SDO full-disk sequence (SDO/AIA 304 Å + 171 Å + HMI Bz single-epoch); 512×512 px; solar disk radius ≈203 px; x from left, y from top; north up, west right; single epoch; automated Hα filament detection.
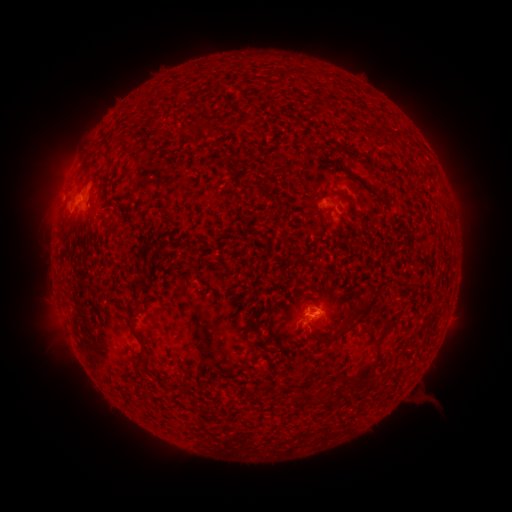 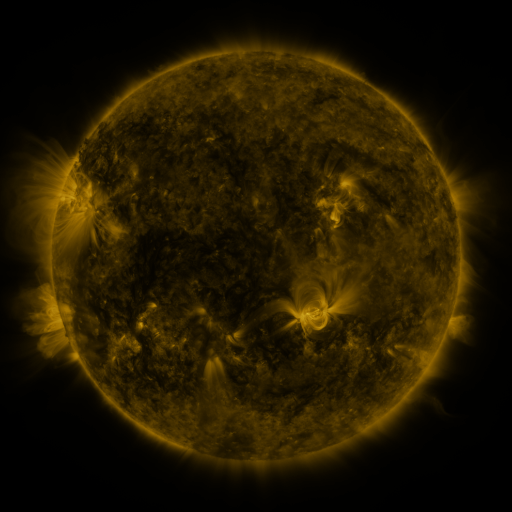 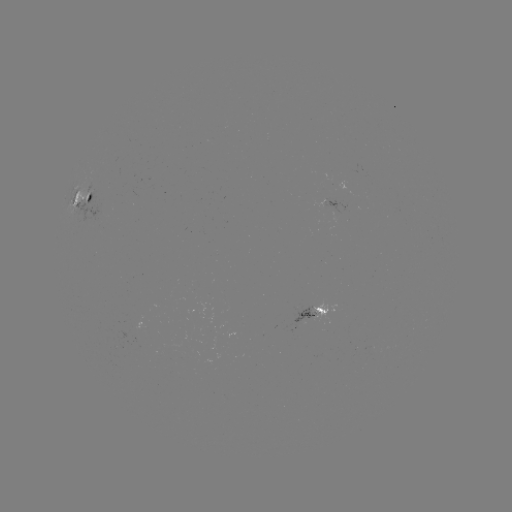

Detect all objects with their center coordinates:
filament: (281, 70, 292, 79)
filament: (322, 100, 336, 114)
filament: (177, 122, 199, 136)
filament: (200, 123, 214, 134)
filament: (388, 130, 400, 140)
filament: (100, 137, 112, 167)
filament: (211, 141, 221, 150)
filament: (86, 192, 93, 204)
filament: (354, 210, 366, 220)
filament: (276, 227, 289, 247)
filament: (81, 229, 91, 241)
filament: (132, 283, 144, 294)
filament: (317, 291, 378, 345)
filament: (242, 300, 248, 310)
filament: (126, 313, 136, 324)
filament: (372, 320, 398, 344)
filament: (258, 339, 267, 348)
filament: (133, 342, 147, 372)
filament: (354, 359, 374, 388)
filament: (345, 373, 354, 382)
filament: (134, 381, 145, 392)
filament: (289, 393, 302, 405)
filament: (328, 397, 338, 406)
